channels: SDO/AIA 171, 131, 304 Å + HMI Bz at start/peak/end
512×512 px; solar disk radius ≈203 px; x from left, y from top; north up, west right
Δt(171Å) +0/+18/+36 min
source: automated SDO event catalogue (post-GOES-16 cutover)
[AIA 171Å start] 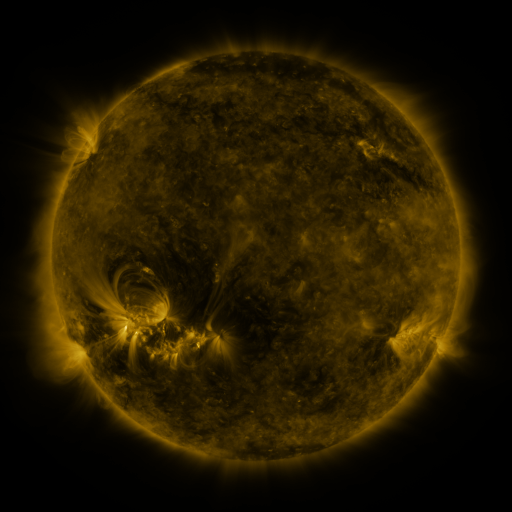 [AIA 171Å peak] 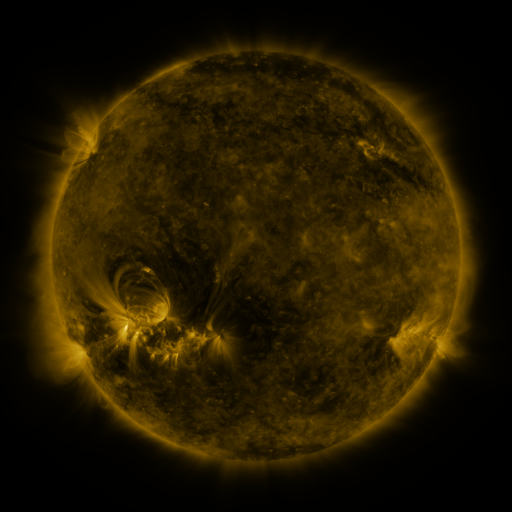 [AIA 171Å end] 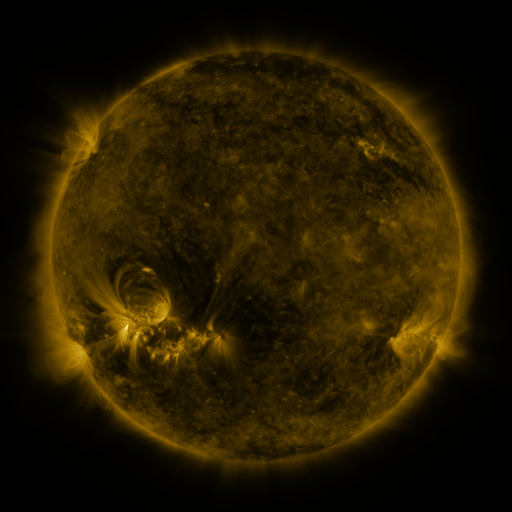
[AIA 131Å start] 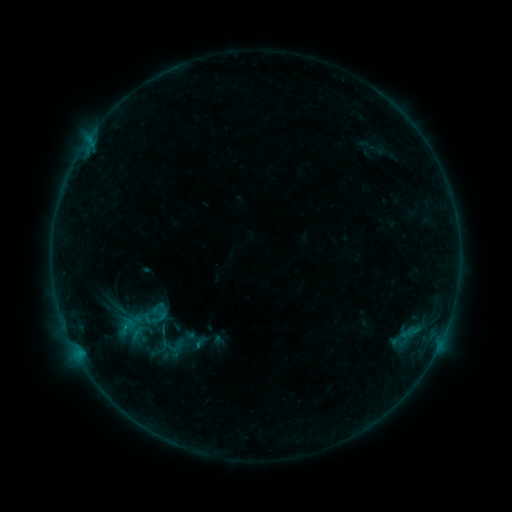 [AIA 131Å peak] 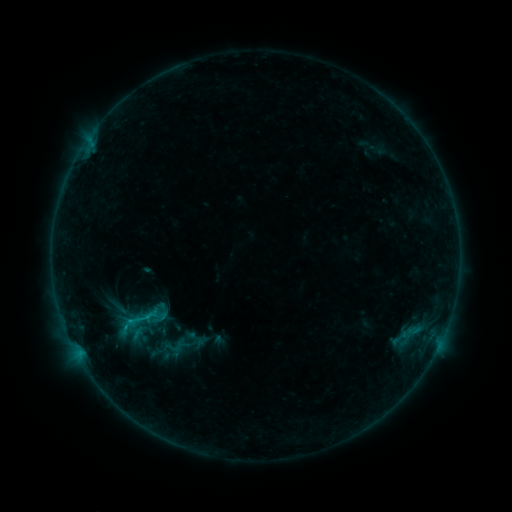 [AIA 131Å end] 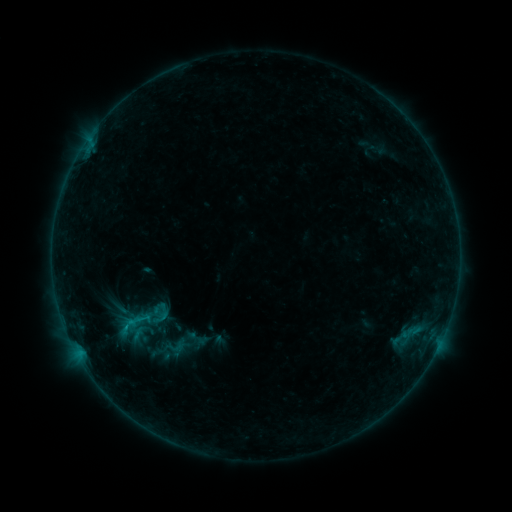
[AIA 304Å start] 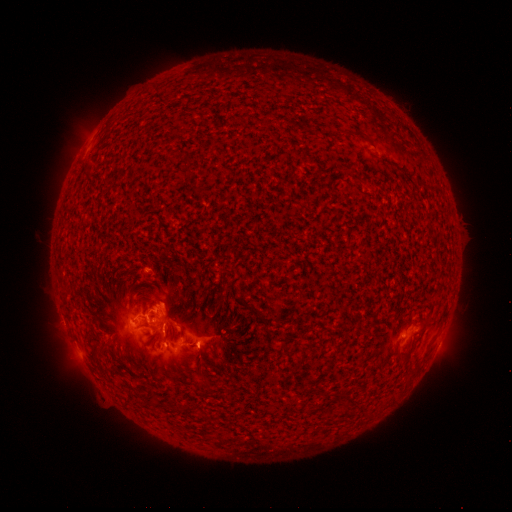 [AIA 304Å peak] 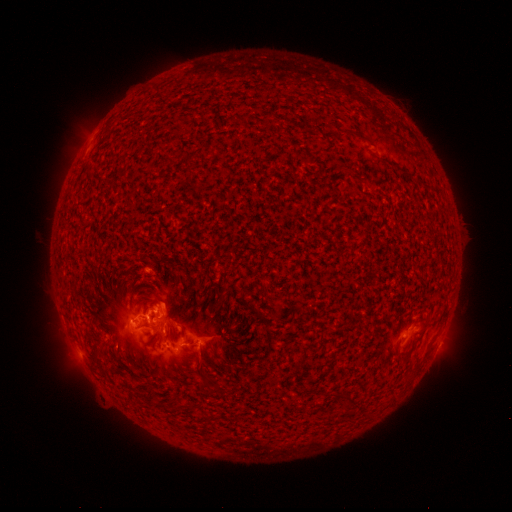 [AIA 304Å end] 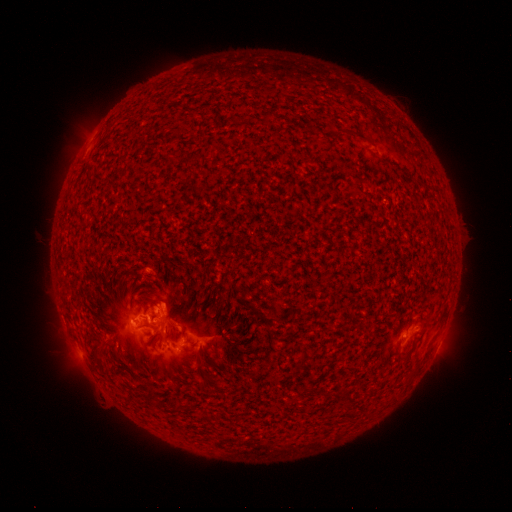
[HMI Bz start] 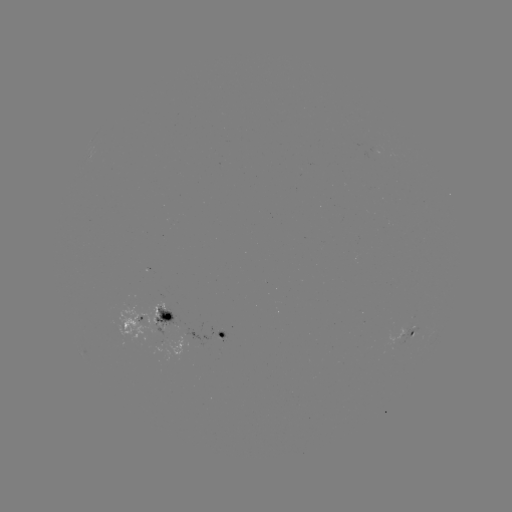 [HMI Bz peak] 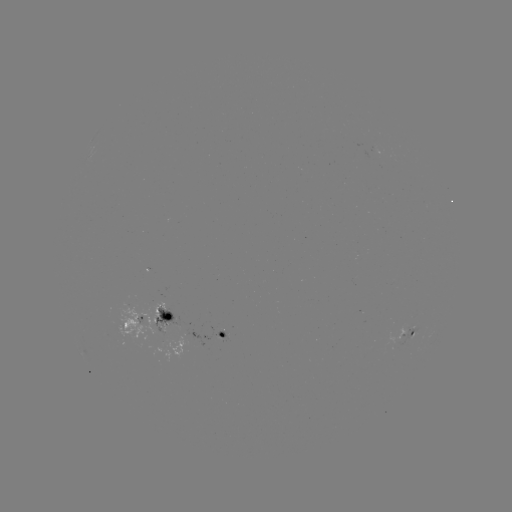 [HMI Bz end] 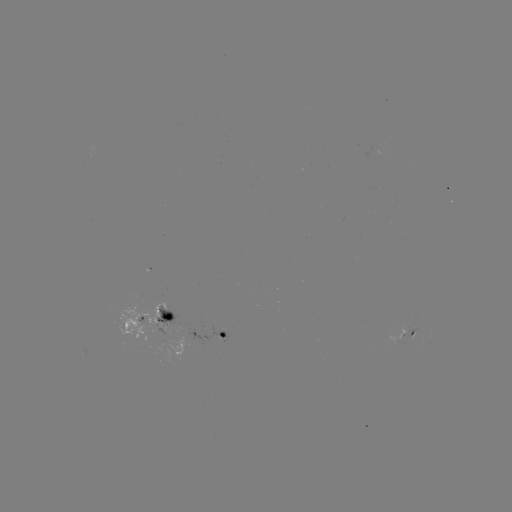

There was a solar flare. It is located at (149, 315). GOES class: B9.0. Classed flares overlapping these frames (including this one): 1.